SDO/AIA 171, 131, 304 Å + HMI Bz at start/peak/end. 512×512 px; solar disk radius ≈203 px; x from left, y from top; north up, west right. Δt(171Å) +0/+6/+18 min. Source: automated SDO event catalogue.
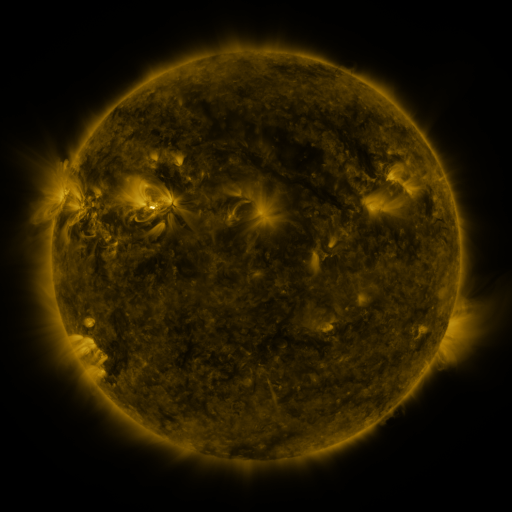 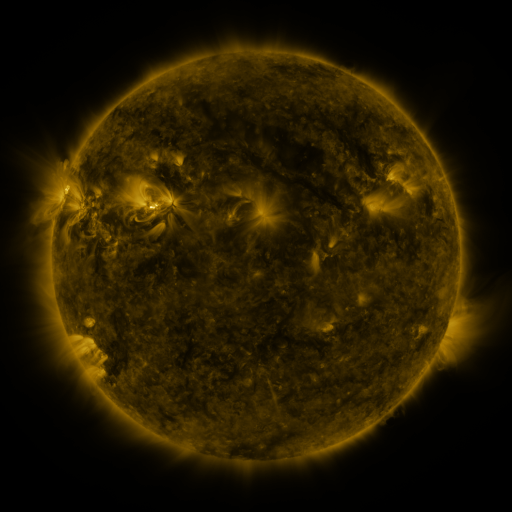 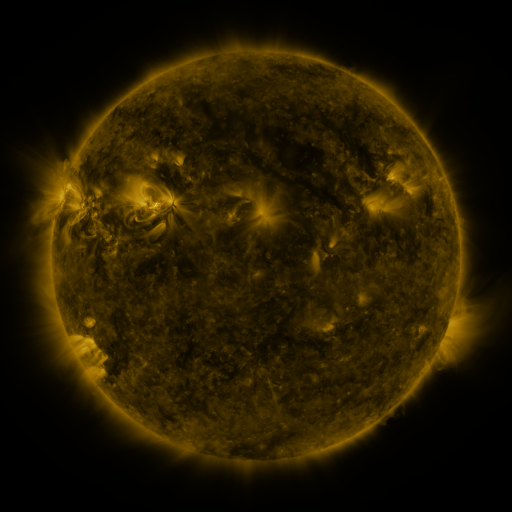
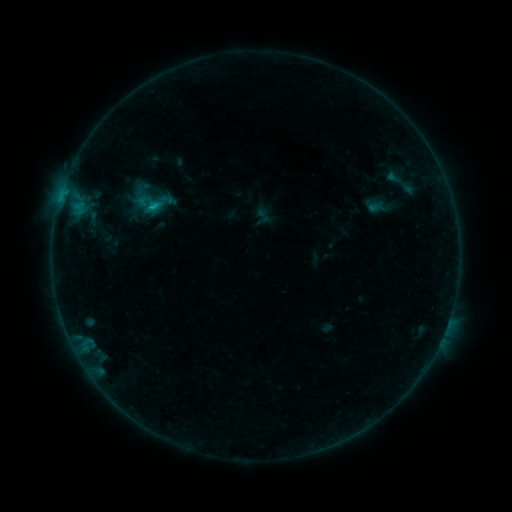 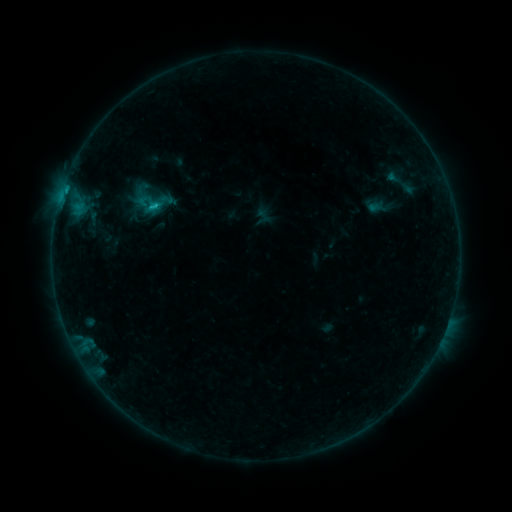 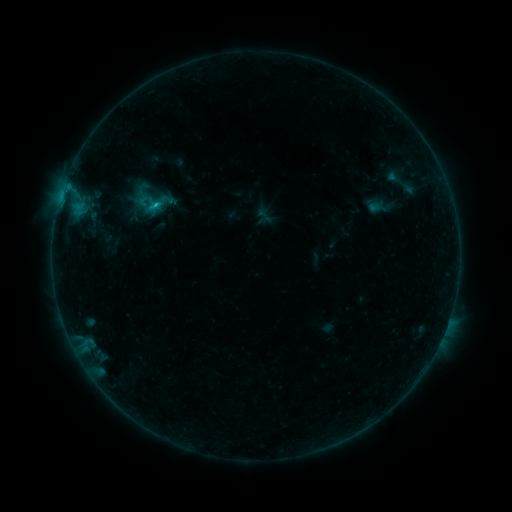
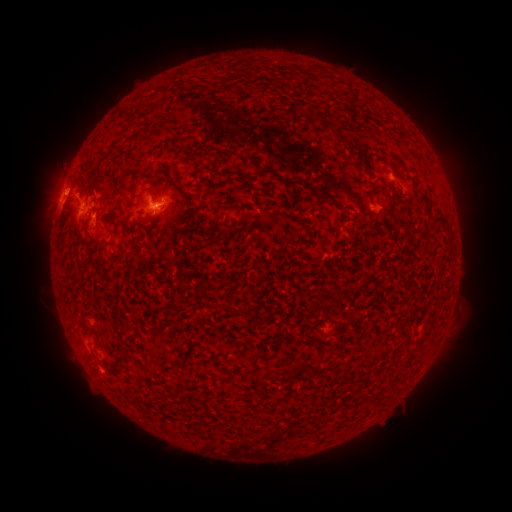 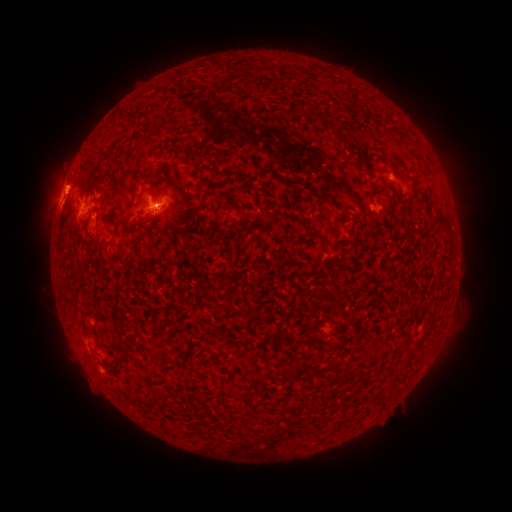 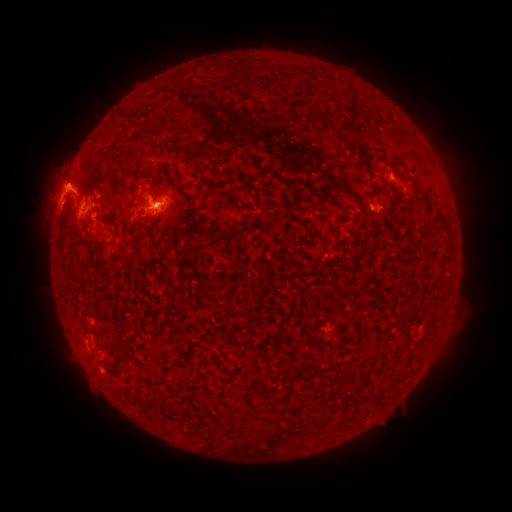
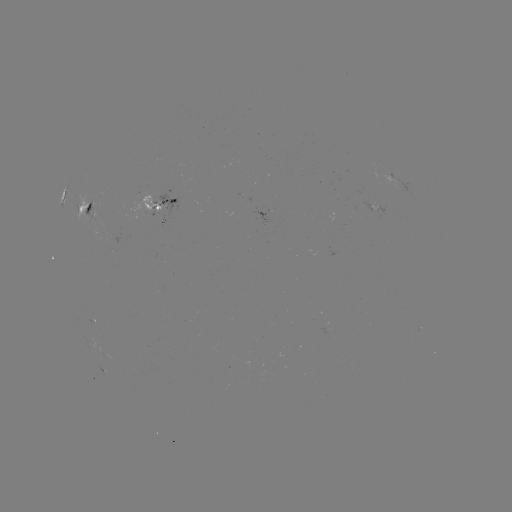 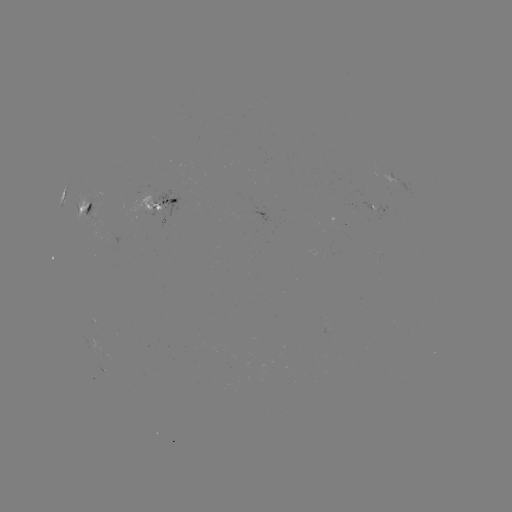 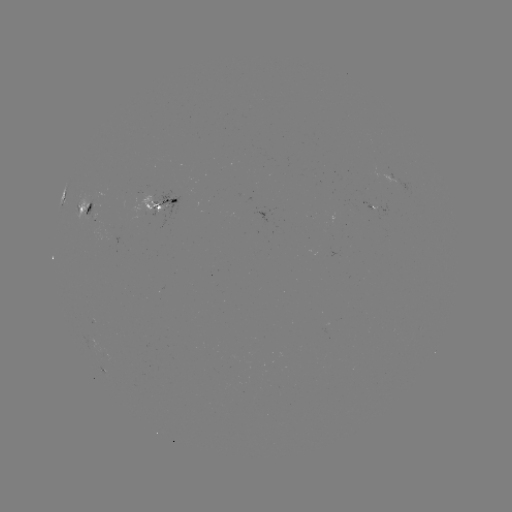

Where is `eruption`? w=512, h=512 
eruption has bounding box [31, 126, 102, 232].